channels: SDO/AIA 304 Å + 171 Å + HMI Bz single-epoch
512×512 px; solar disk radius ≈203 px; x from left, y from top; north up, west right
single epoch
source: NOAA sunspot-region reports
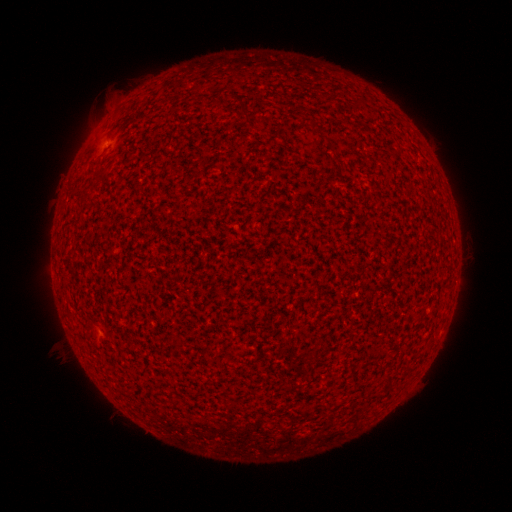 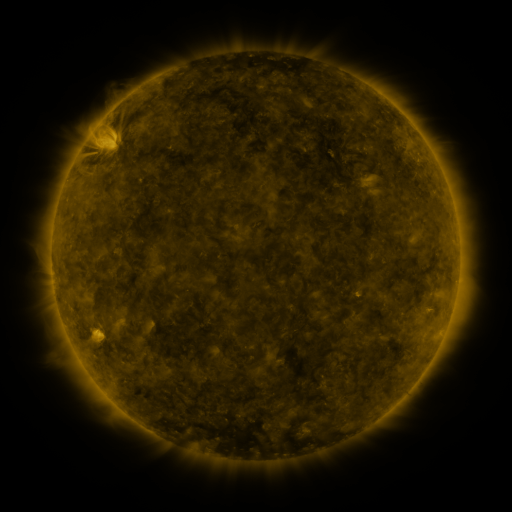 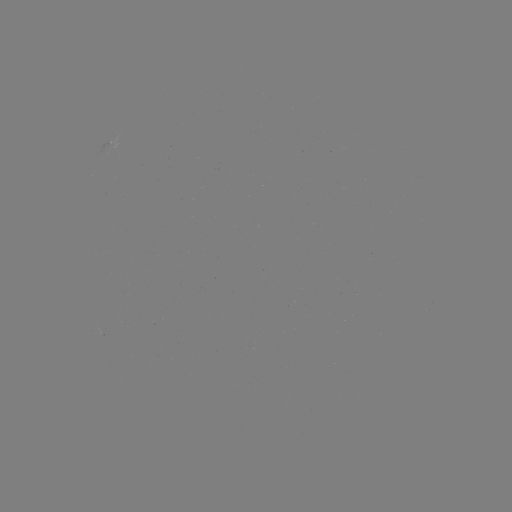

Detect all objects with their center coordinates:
(none)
